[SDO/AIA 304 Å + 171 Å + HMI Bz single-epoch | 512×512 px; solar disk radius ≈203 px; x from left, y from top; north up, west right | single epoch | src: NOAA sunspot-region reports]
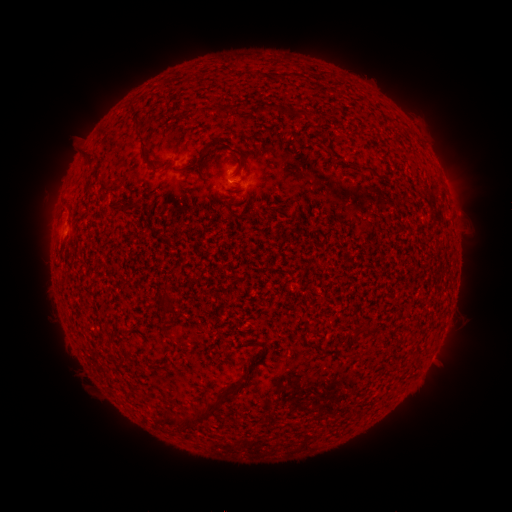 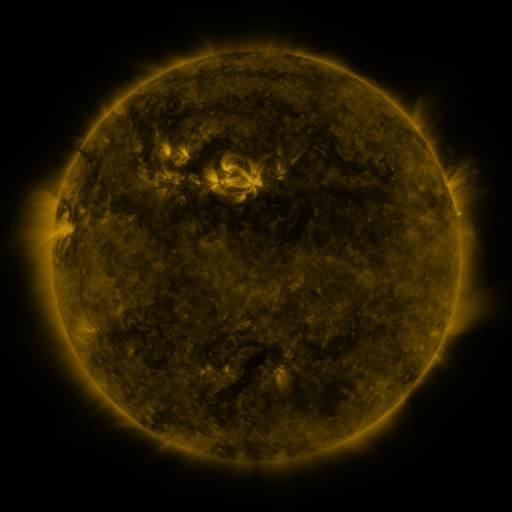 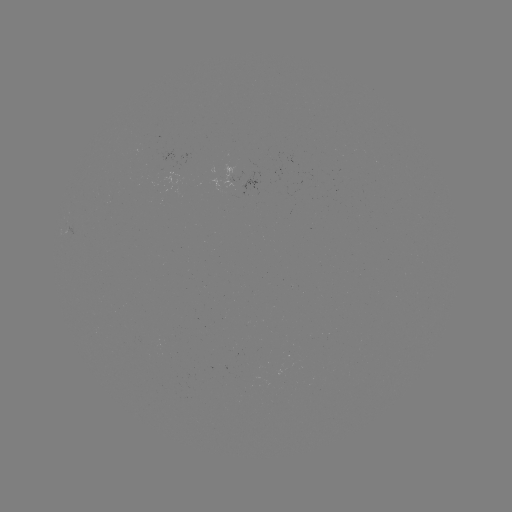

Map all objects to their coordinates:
spotted active region: (249, 185)
